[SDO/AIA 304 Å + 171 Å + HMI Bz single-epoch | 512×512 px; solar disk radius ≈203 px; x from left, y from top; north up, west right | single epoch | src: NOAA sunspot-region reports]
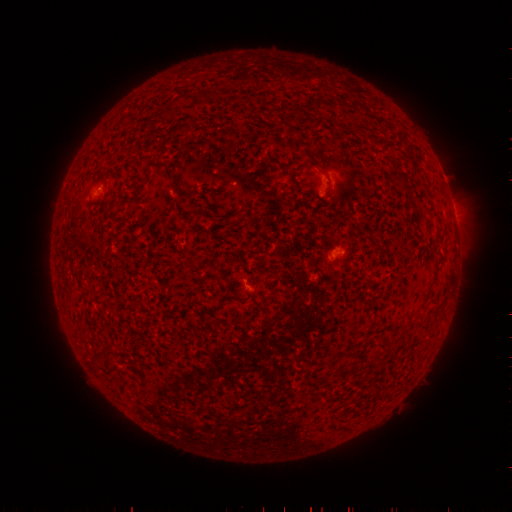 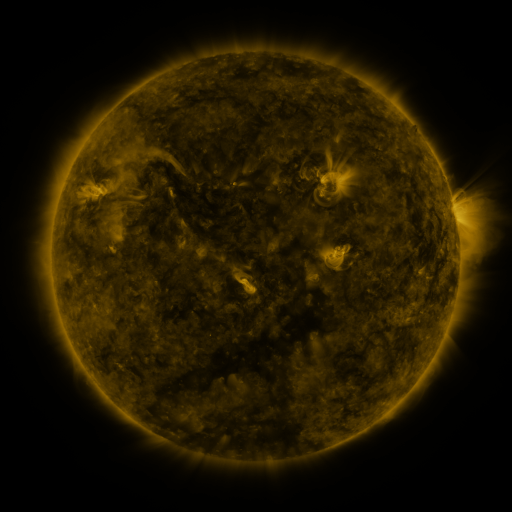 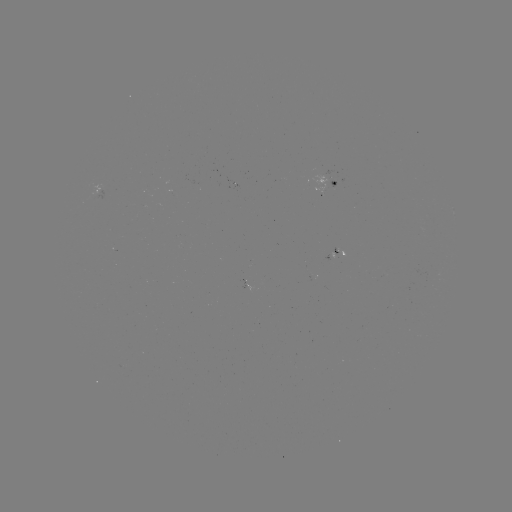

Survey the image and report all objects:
spotted active region: (329, 184)
spotted active region: (97, 188)
spotted active region: (338, 250)
